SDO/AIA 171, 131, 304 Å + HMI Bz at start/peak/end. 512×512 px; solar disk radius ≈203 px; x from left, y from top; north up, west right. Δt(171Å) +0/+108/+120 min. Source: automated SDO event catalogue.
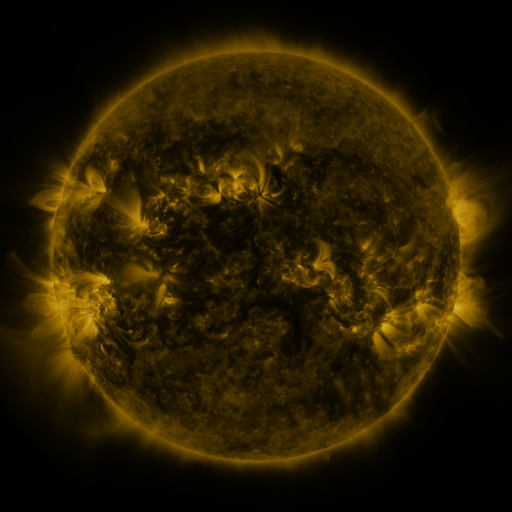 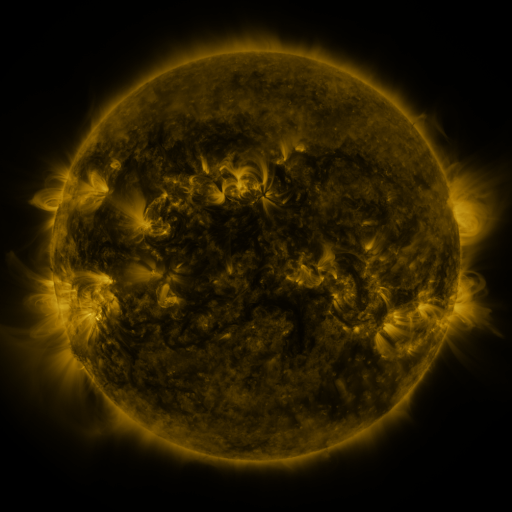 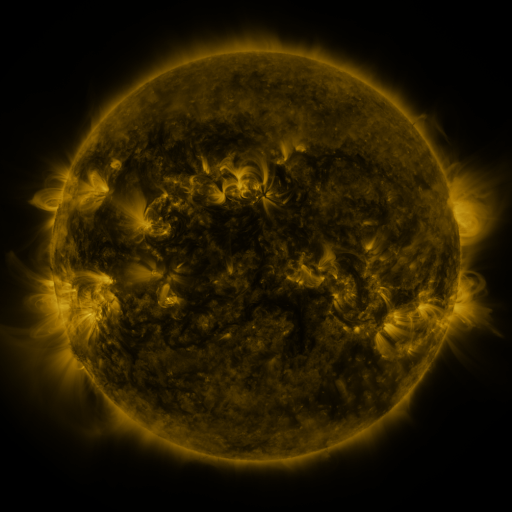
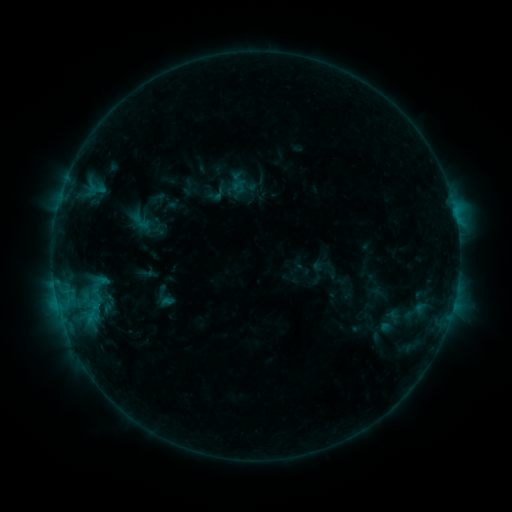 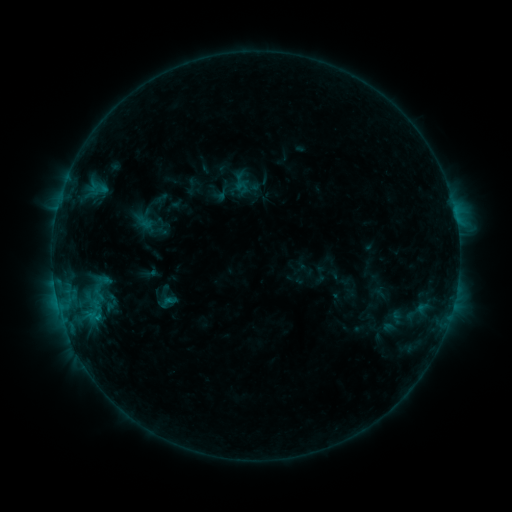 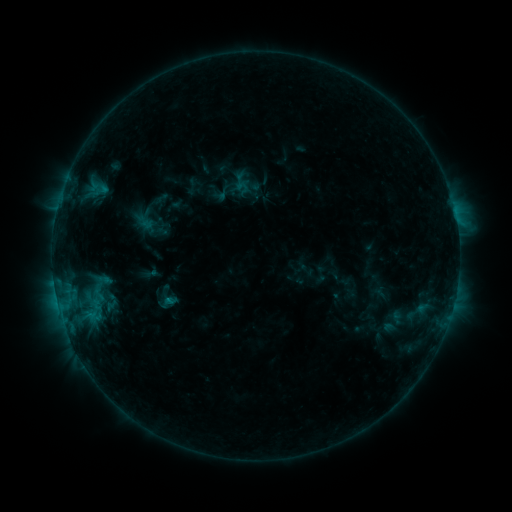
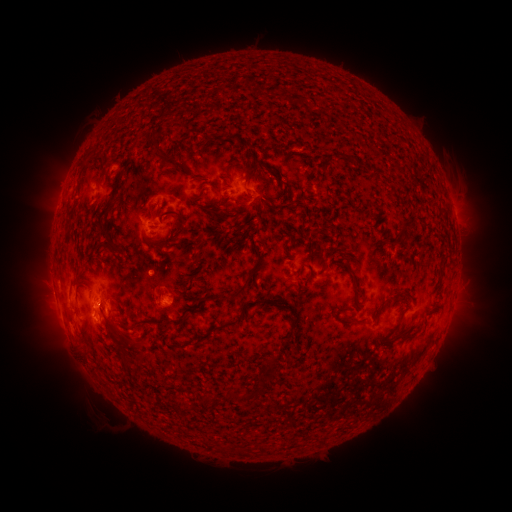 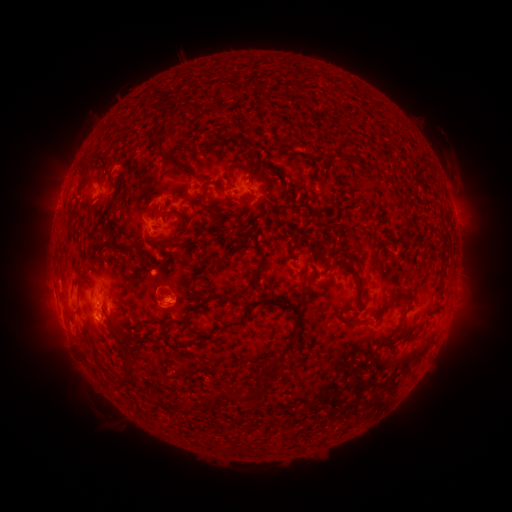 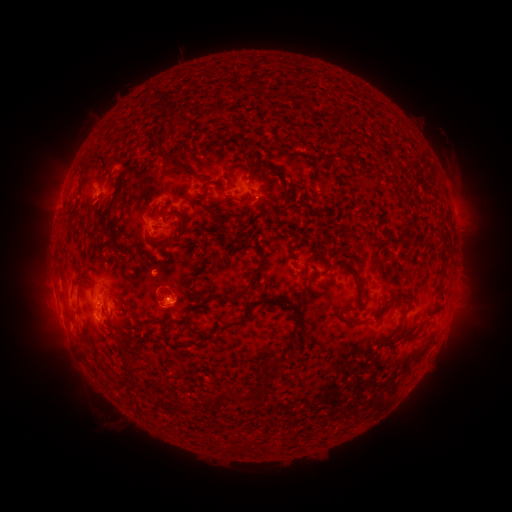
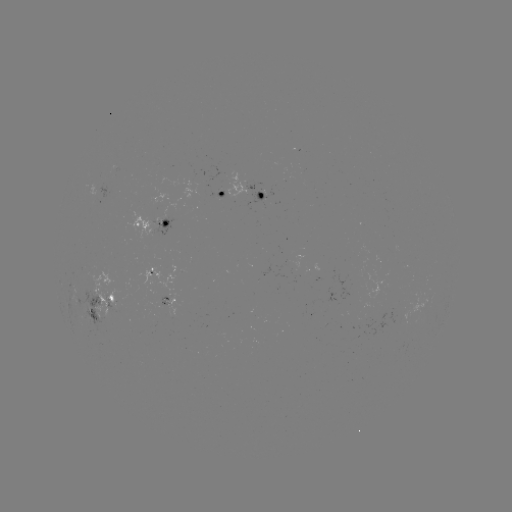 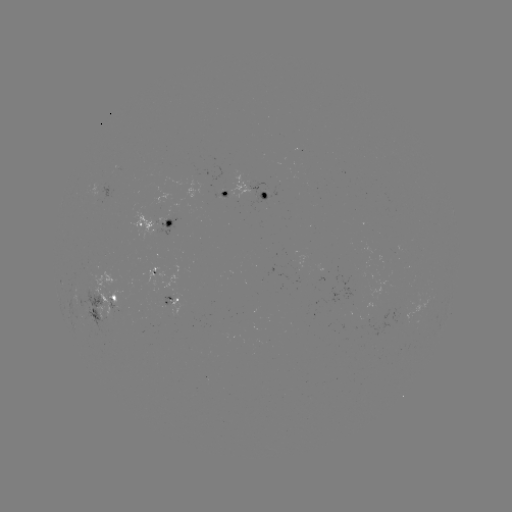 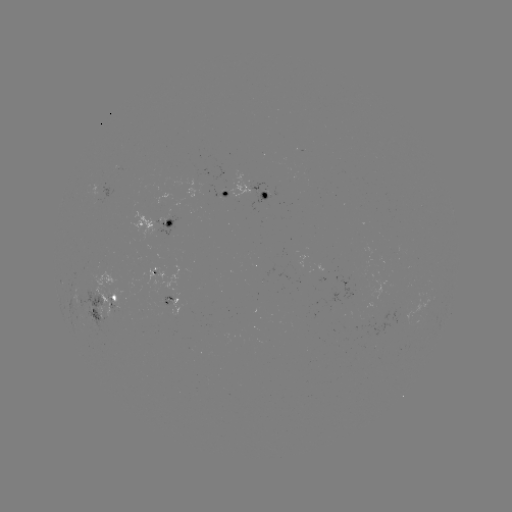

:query emerging-flux region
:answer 163,303